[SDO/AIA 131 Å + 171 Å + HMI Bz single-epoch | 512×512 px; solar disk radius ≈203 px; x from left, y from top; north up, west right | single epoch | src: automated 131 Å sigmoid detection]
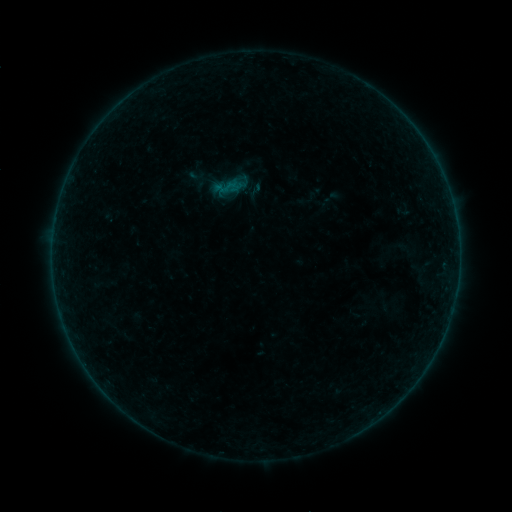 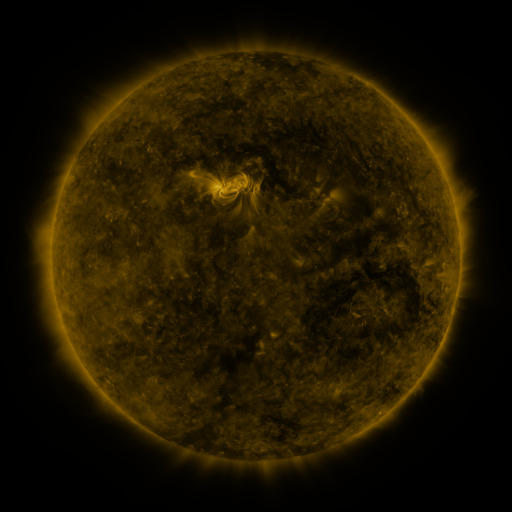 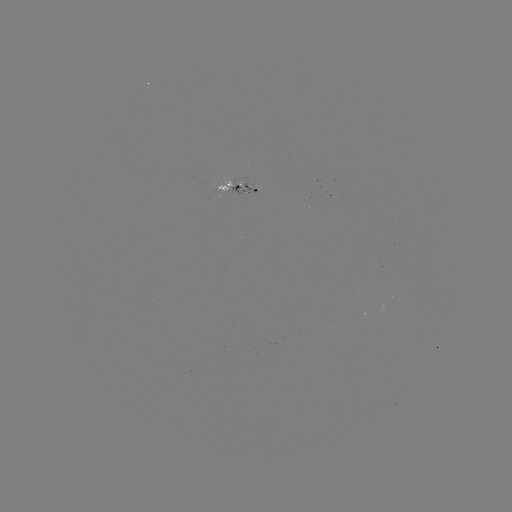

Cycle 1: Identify sigmoid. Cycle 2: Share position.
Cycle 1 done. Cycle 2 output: (227, 187).